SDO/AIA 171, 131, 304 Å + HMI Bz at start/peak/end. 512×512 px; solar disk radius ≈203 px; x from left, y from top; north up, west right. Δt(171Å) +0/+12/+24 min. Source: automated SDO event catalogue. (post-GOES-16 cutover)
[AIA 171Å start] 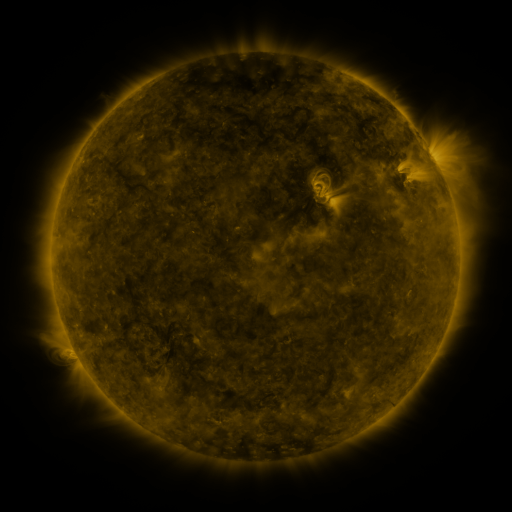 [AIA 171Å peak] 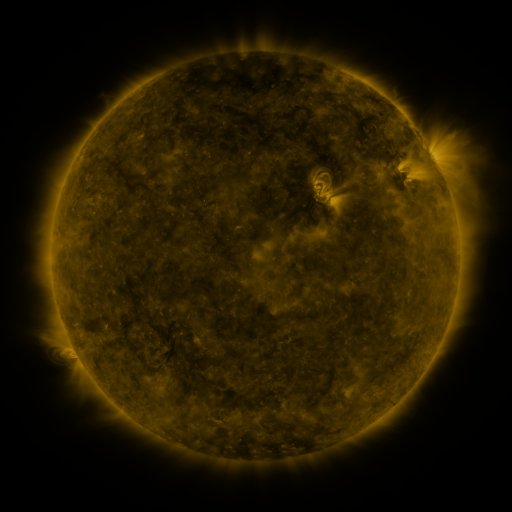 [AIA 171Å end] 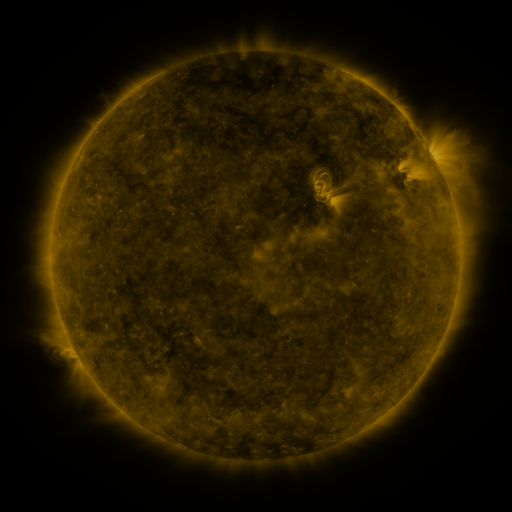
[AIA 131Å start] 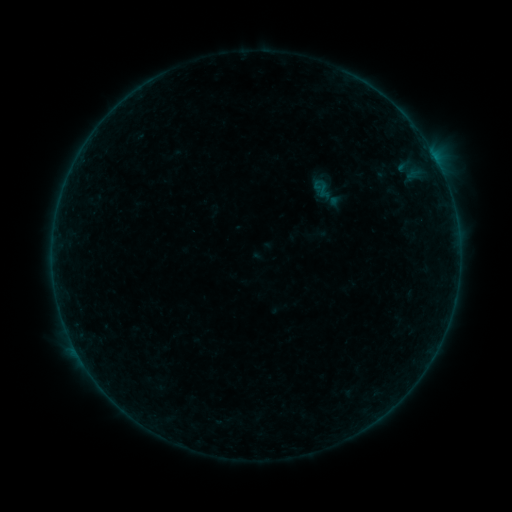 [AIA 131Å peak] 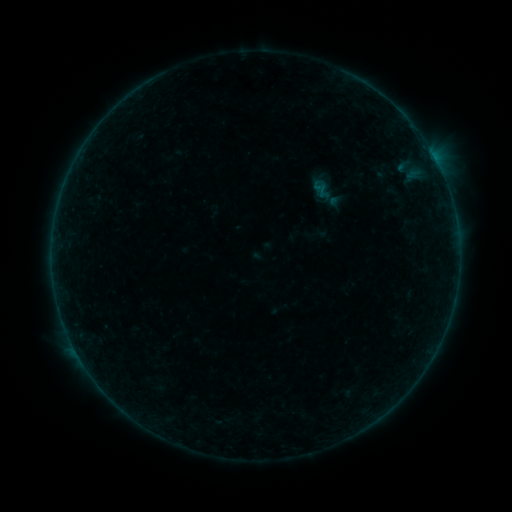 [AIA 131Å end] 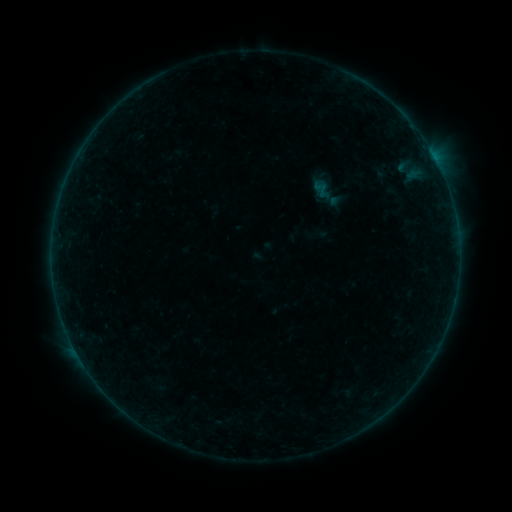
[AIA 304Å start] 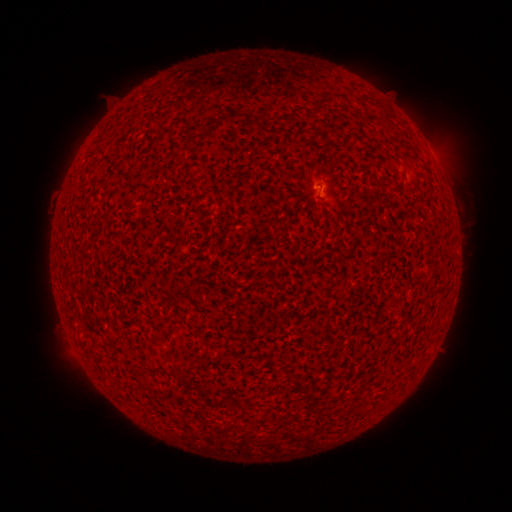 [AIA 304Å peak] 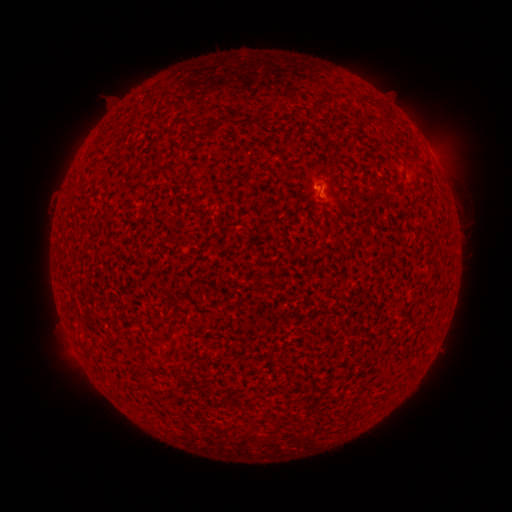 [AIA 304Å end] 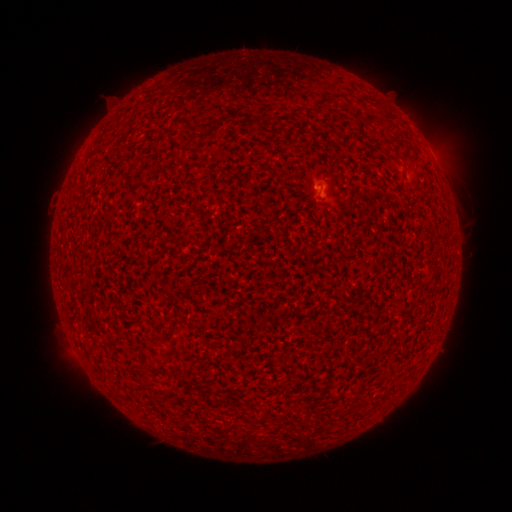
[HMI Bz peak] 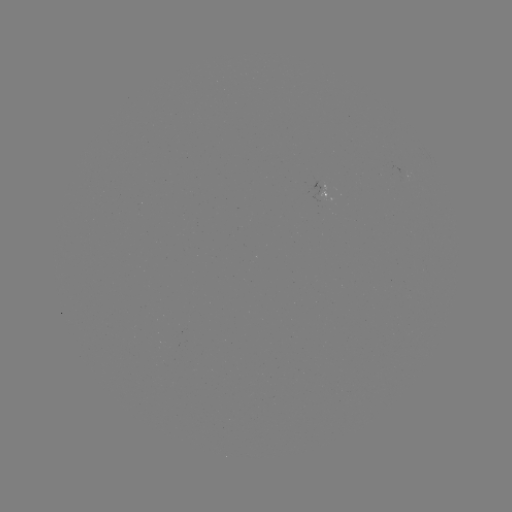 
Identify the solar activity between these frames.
B1.0 flare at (319, 189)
